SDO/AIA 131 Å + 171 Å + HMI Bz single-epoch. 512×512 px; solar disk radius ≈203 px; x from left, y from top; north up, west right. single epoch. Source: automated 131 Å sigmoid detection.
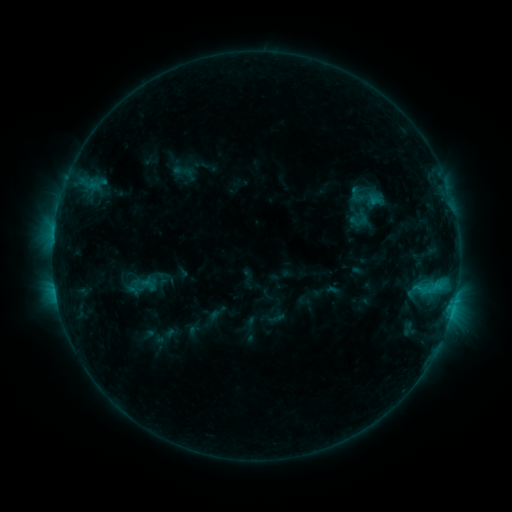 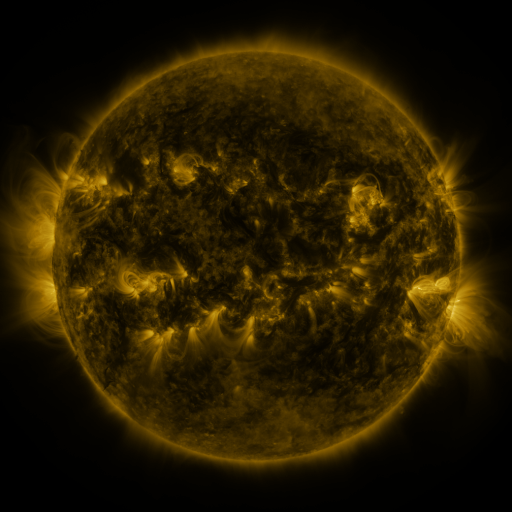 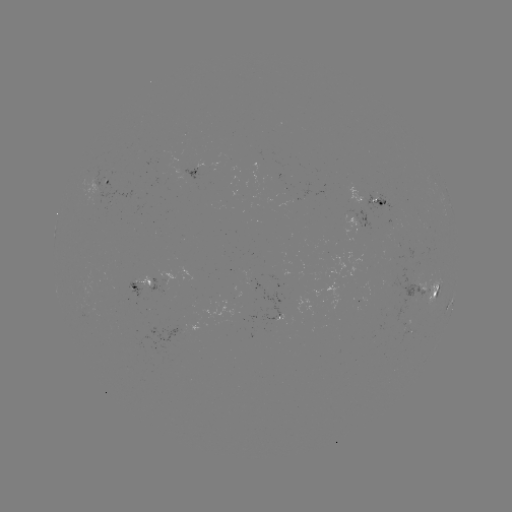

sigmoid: <bbox>119, 268, 162, 303</bbox>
